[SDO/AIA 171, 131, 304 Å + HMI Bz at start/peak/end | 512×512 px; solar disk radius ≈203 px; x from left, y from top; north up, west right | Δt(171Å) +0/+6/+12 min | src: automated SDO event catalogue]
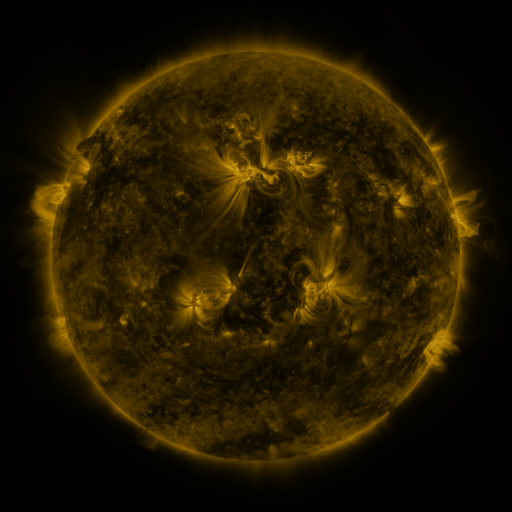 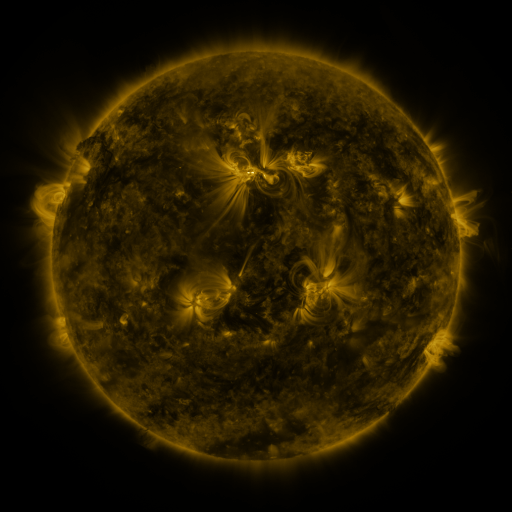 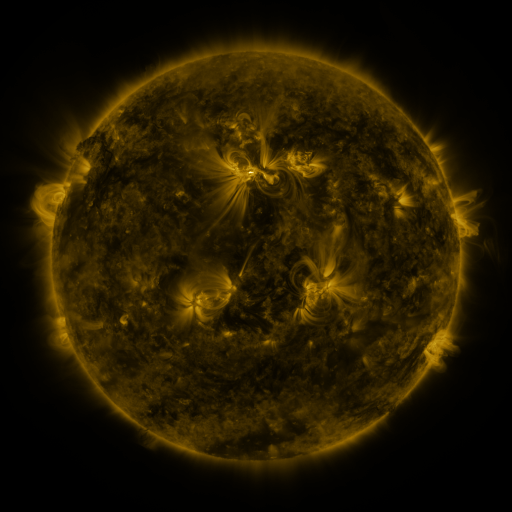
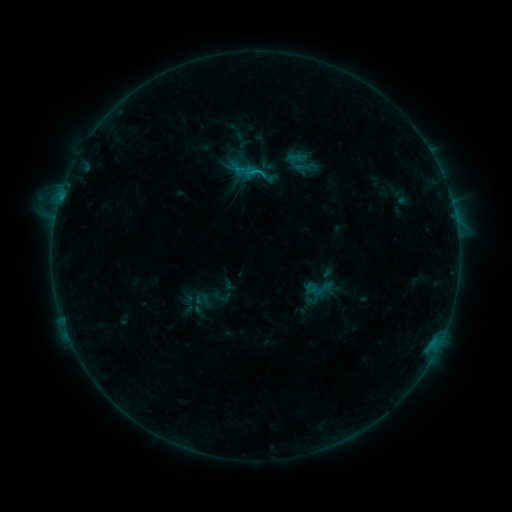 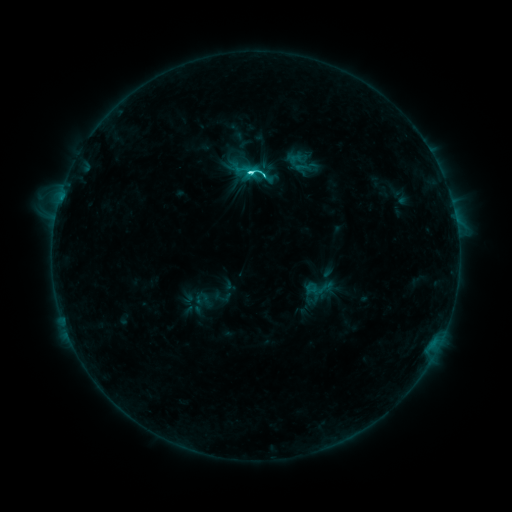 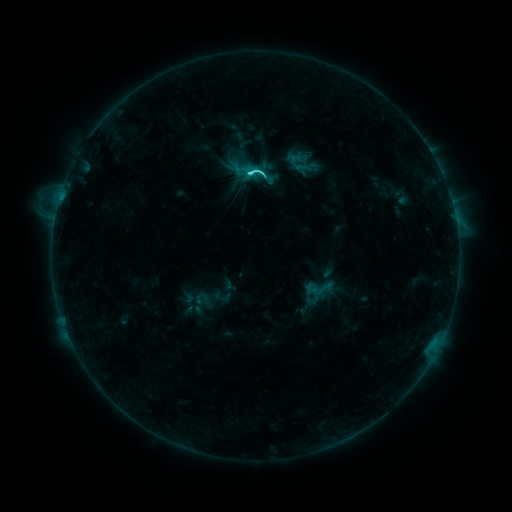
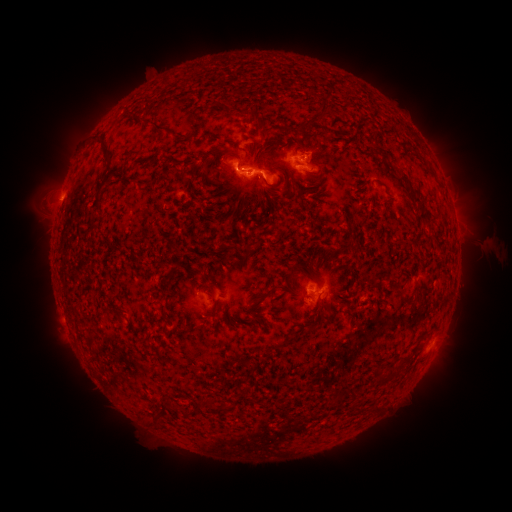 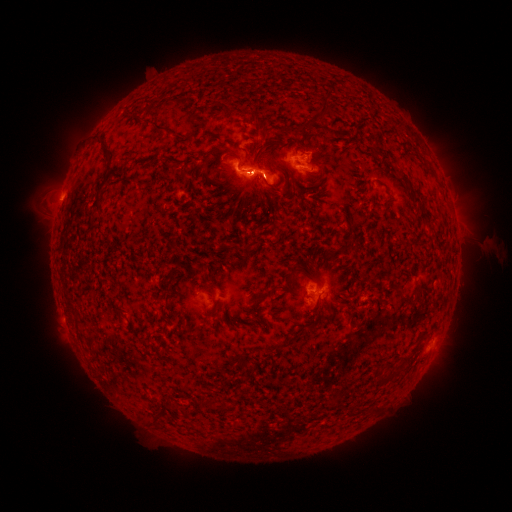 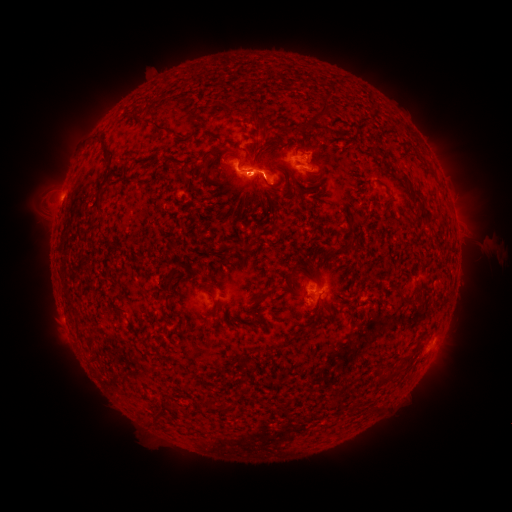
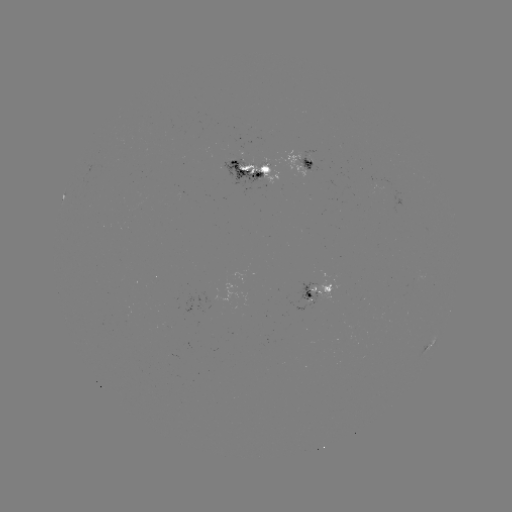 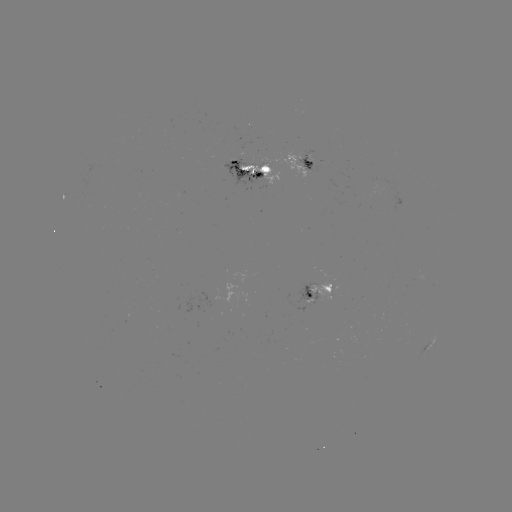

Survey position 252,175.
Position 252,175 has C4.7 flare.